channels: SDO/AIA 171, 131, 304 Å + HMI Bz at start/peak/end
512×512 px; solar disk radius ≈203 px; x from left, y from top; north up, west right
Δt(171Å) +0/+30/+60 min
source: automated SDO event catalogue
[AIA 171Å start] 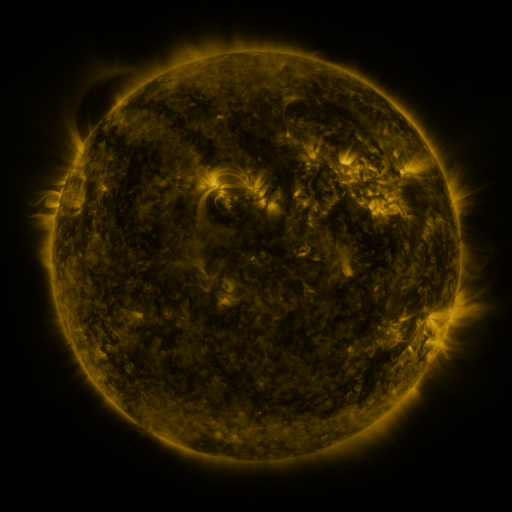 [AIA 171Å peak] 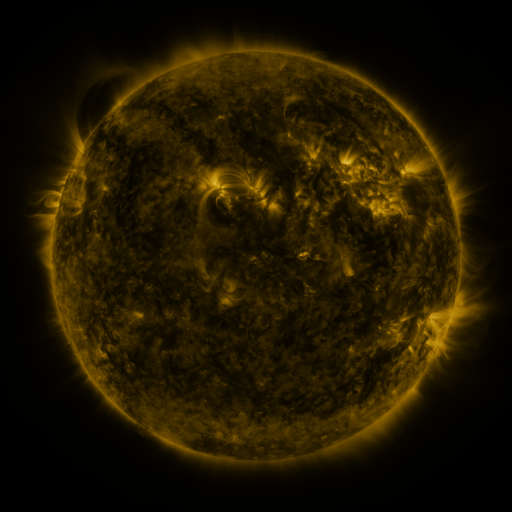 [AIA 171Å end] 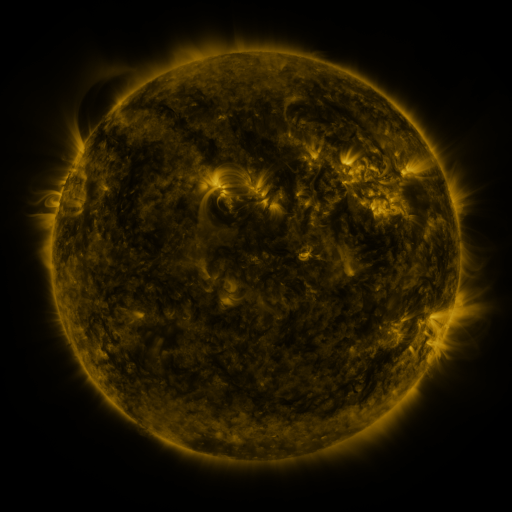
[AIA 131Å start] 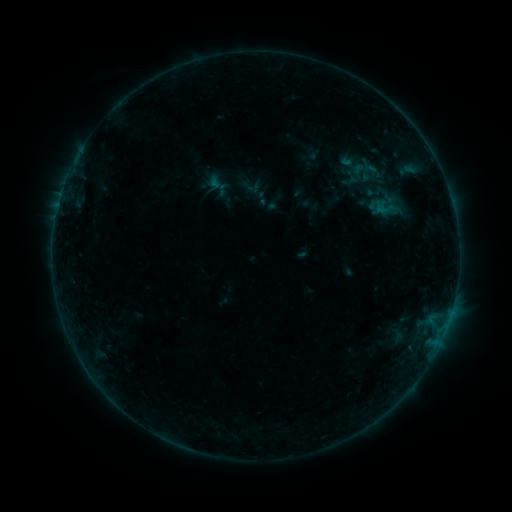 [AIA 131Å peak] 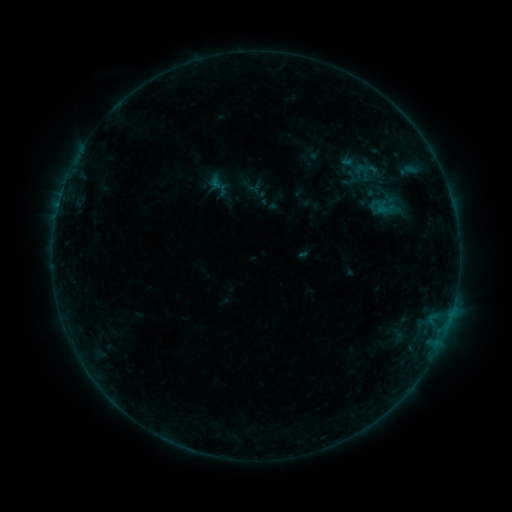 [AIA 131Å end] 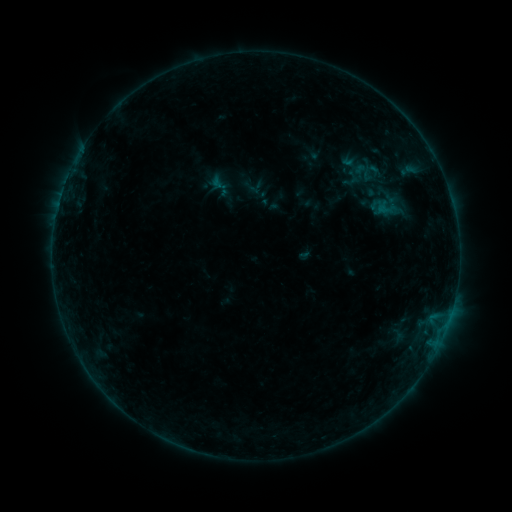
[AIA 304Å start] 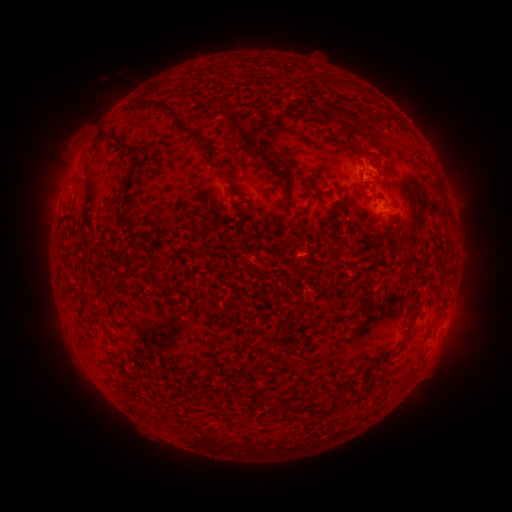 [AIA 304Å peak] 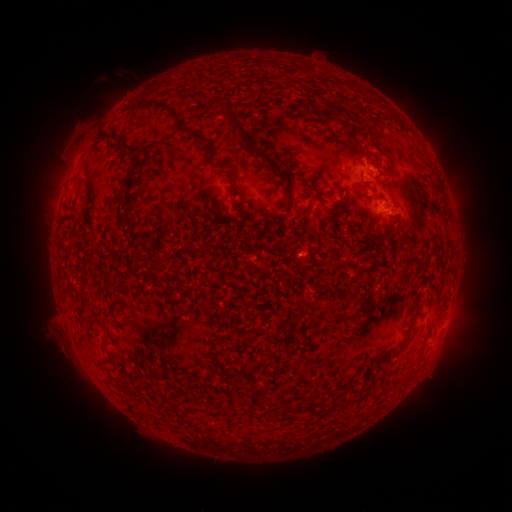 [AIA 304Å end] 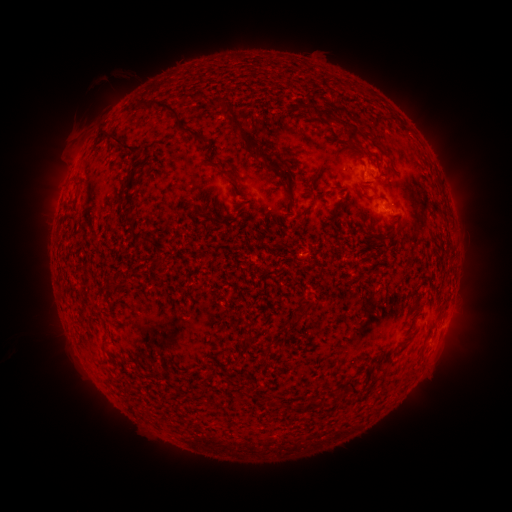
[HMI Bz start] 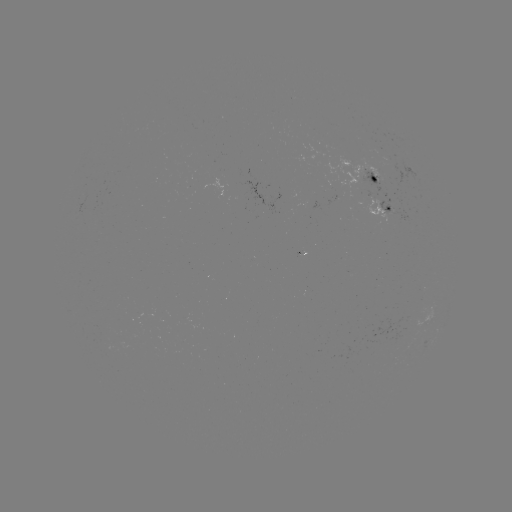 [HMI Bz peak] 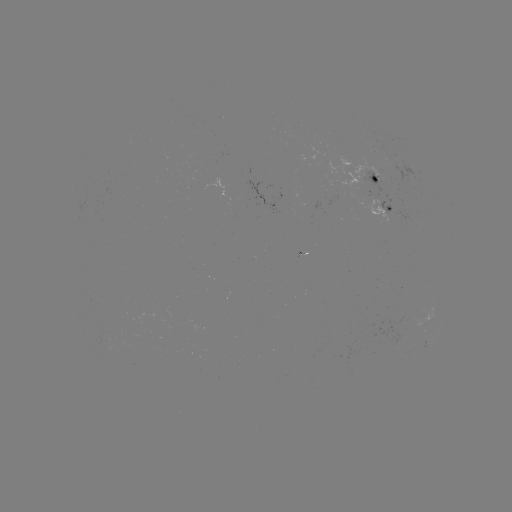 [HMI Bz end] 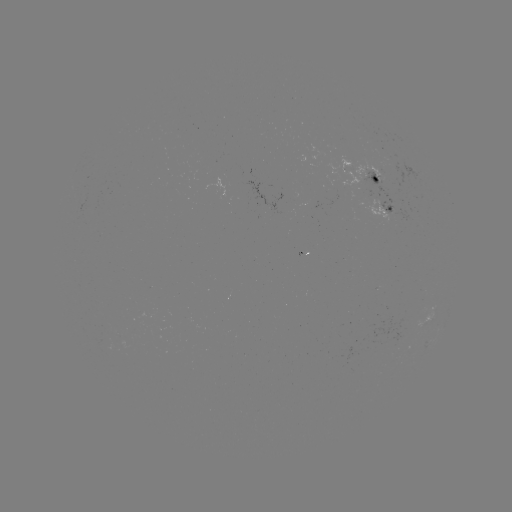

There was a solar filament eruption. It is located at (41, 335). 